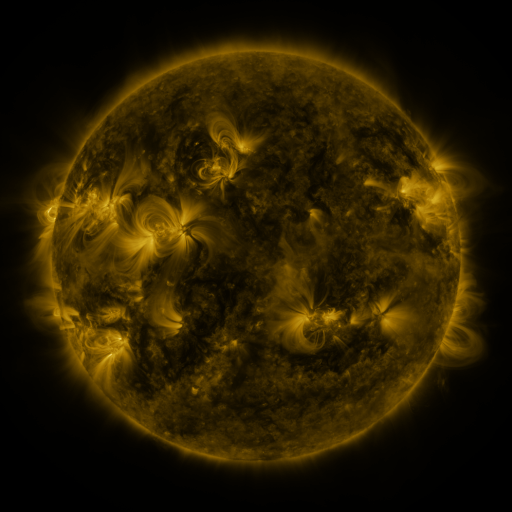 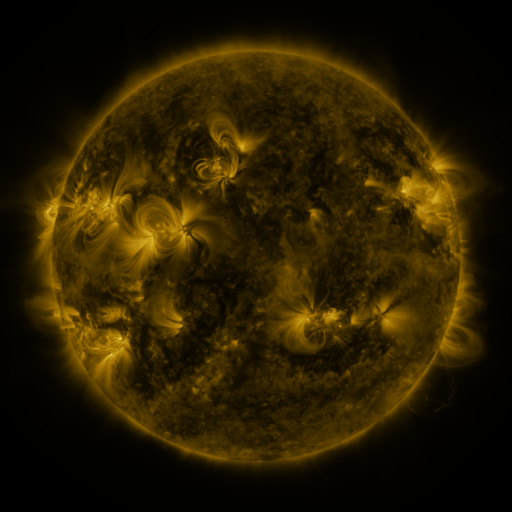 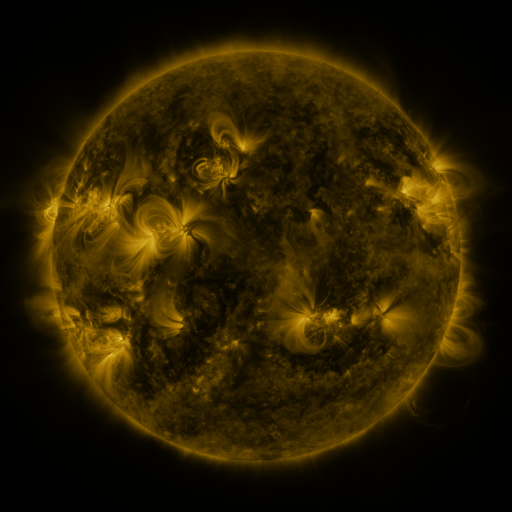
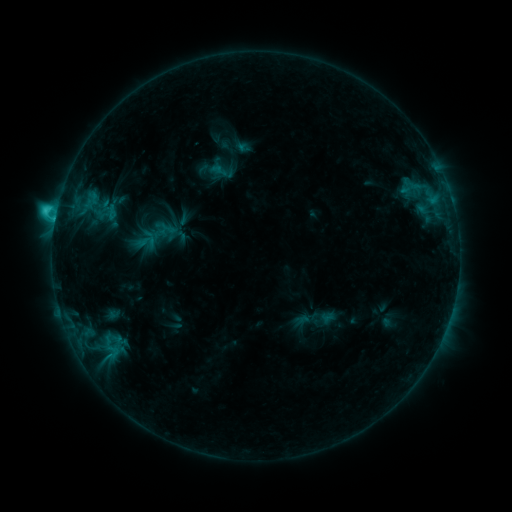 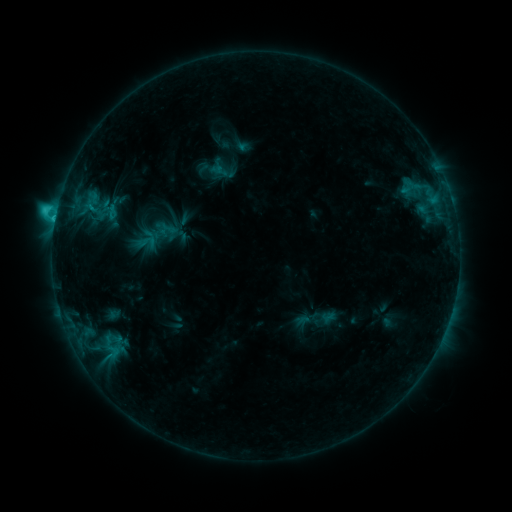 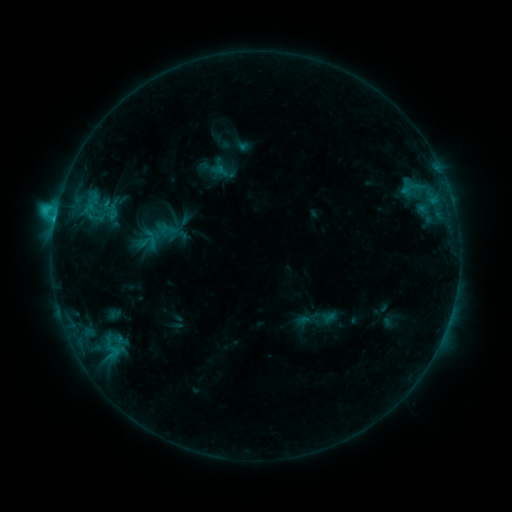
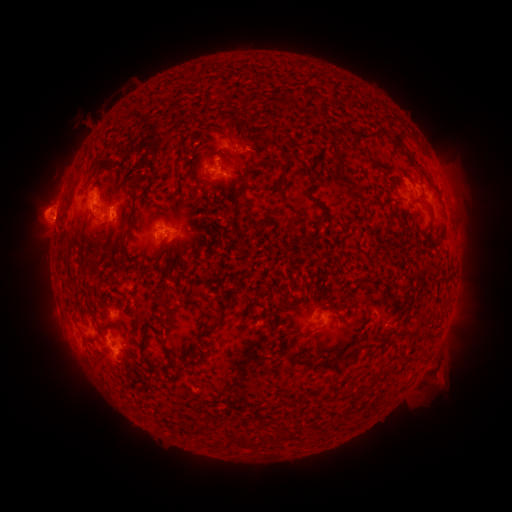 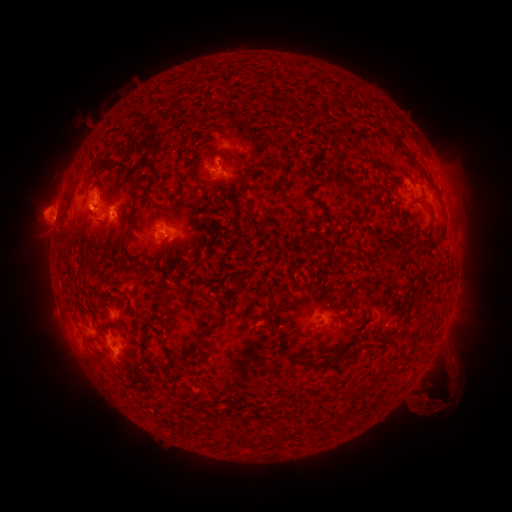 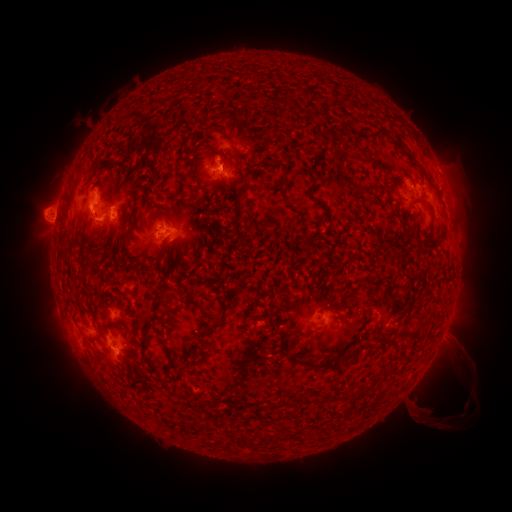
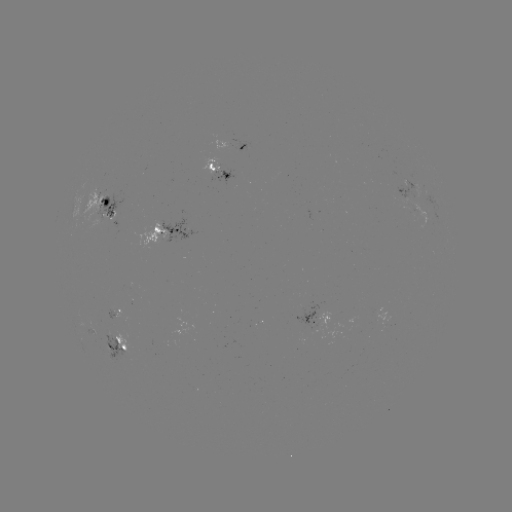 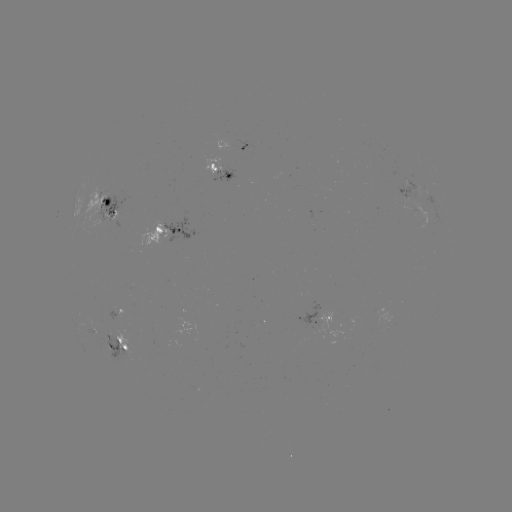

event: eruption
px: (444, 385)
